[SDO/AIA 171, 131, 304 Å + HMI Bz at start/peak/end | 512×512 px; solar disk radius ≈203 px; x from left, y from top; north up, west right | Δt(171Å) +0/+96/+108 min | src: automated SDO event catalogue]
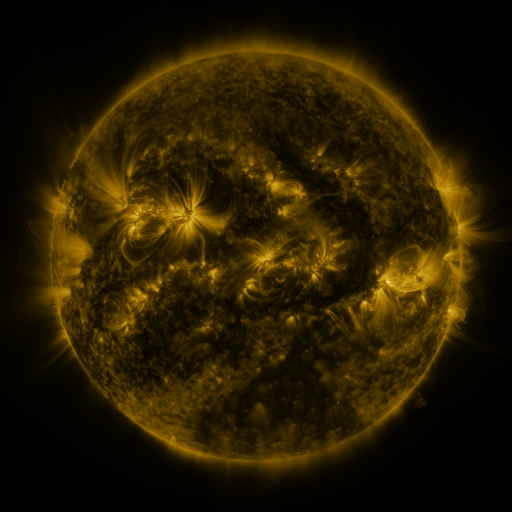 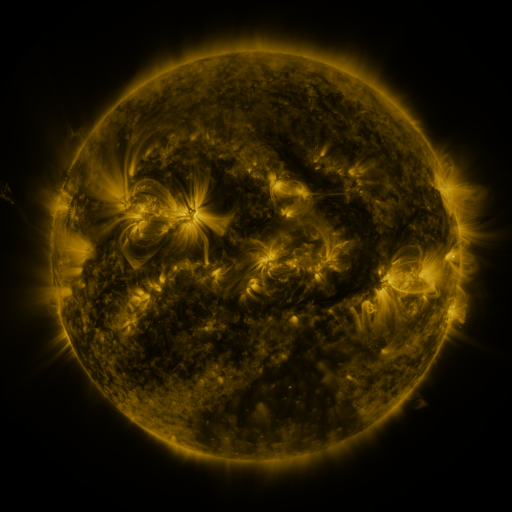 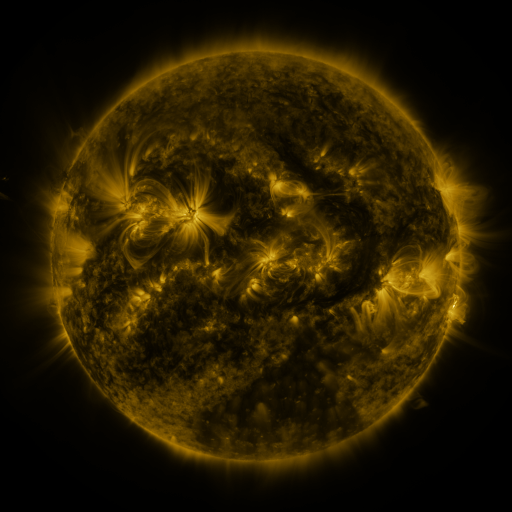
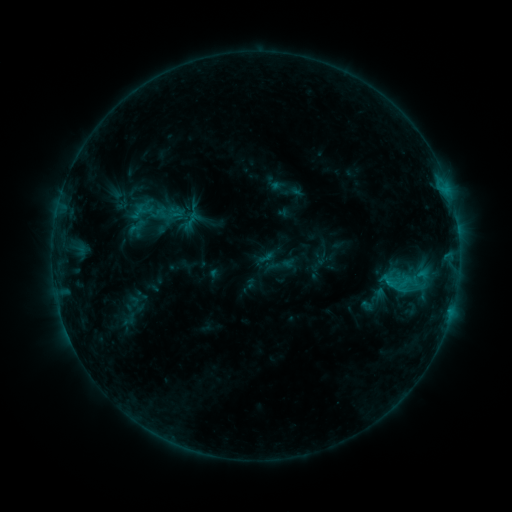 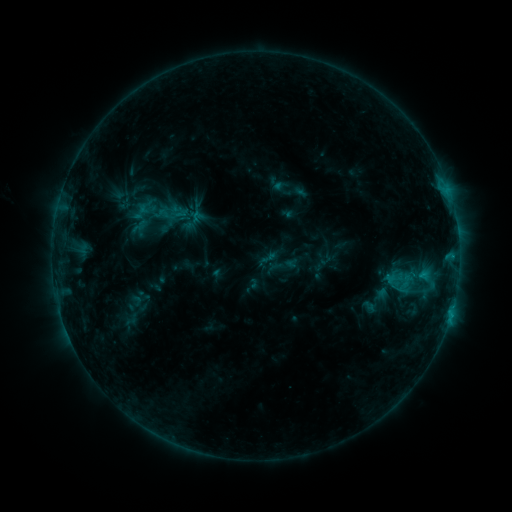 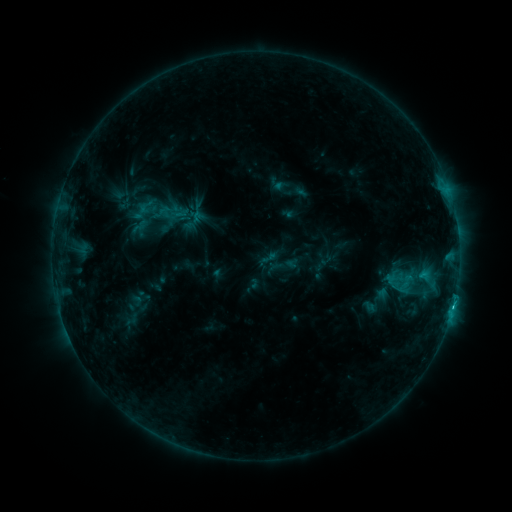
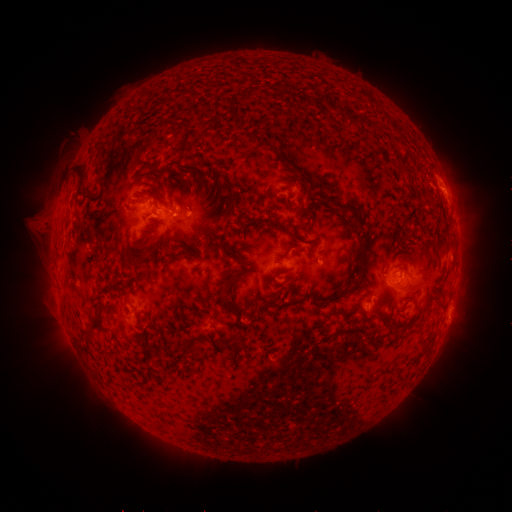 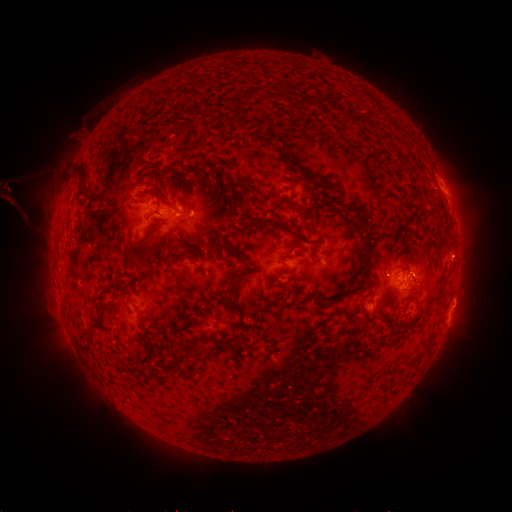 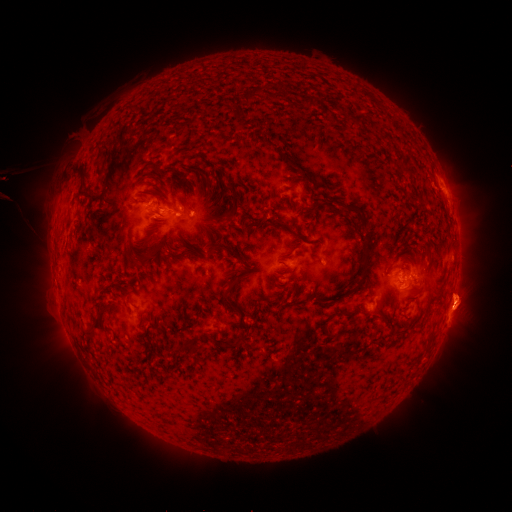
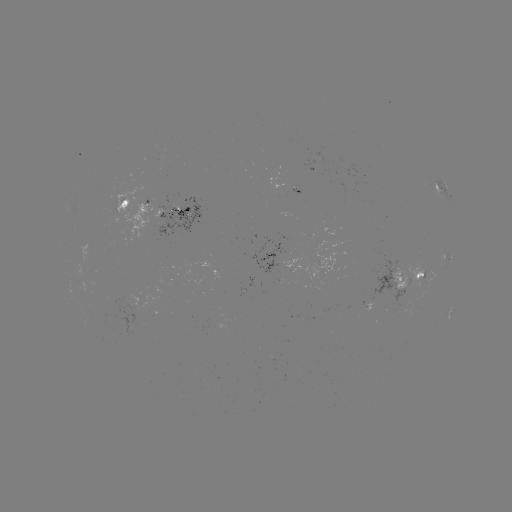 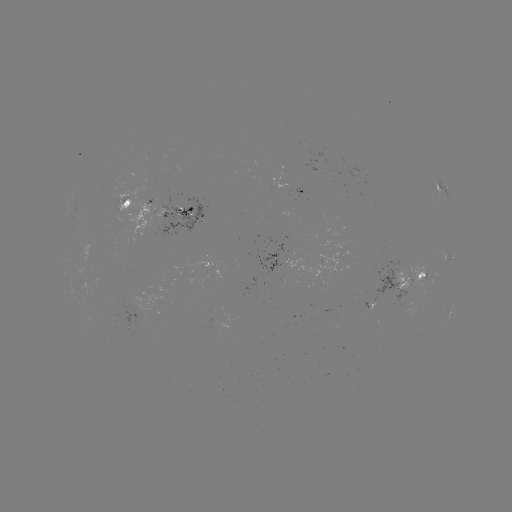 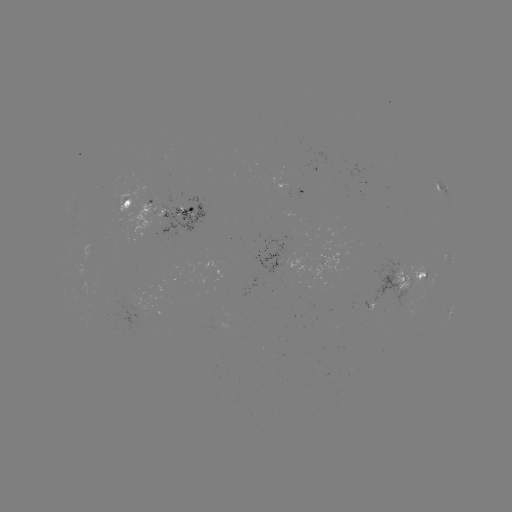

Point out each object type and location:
emerging-flux region: (319, 263)
